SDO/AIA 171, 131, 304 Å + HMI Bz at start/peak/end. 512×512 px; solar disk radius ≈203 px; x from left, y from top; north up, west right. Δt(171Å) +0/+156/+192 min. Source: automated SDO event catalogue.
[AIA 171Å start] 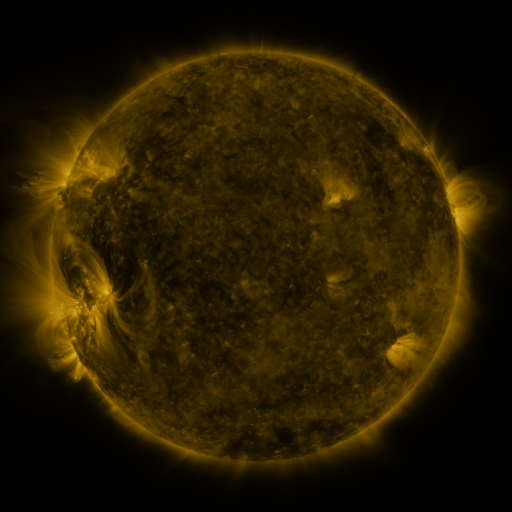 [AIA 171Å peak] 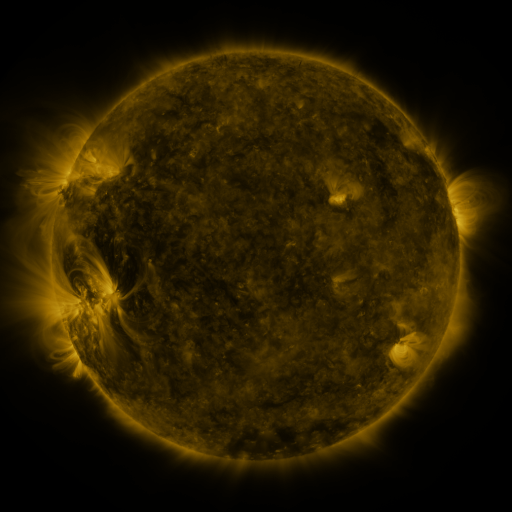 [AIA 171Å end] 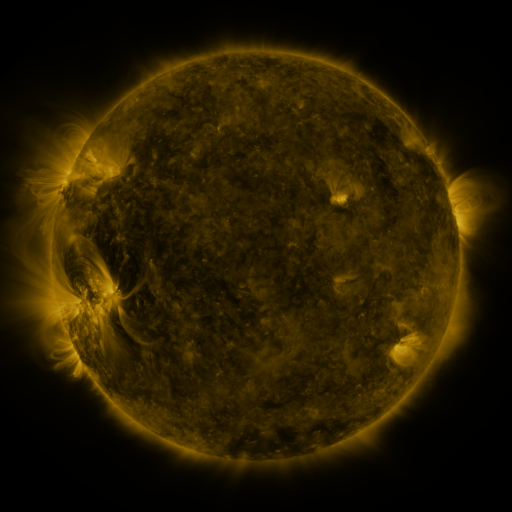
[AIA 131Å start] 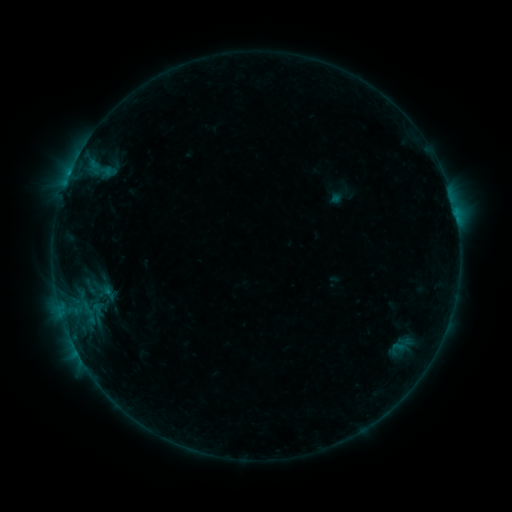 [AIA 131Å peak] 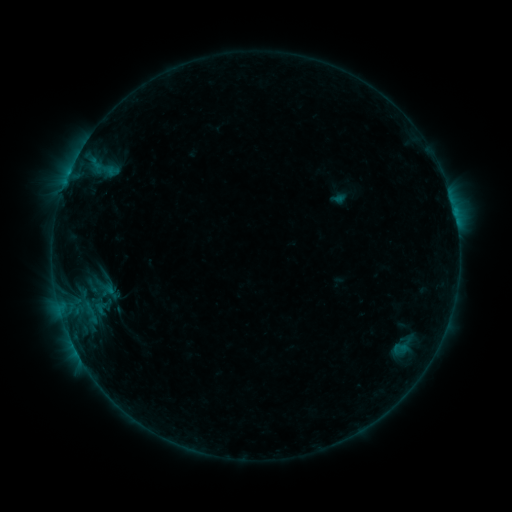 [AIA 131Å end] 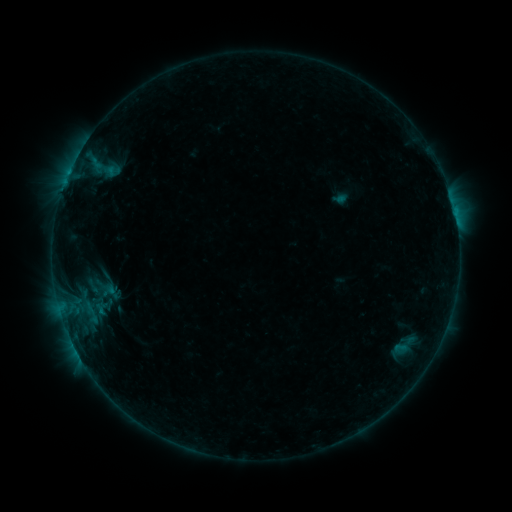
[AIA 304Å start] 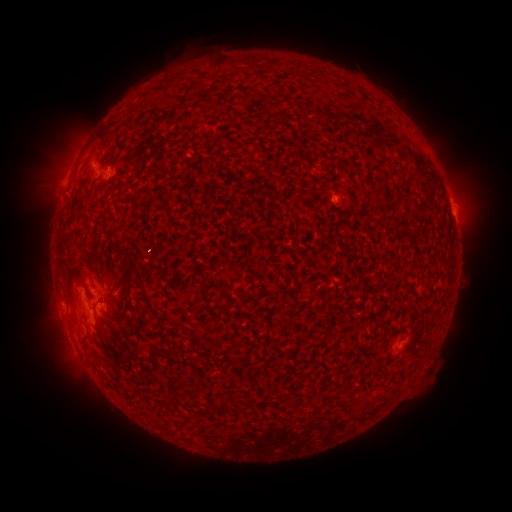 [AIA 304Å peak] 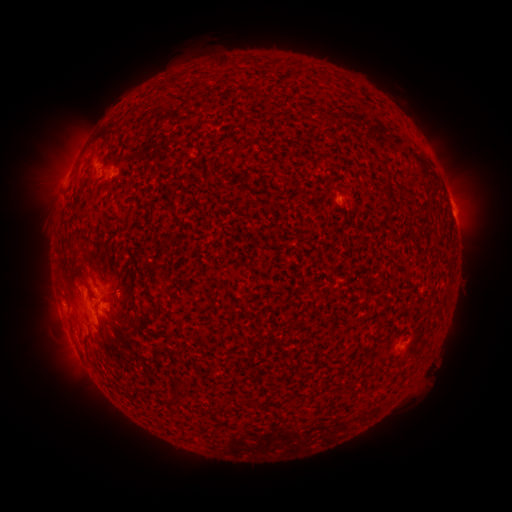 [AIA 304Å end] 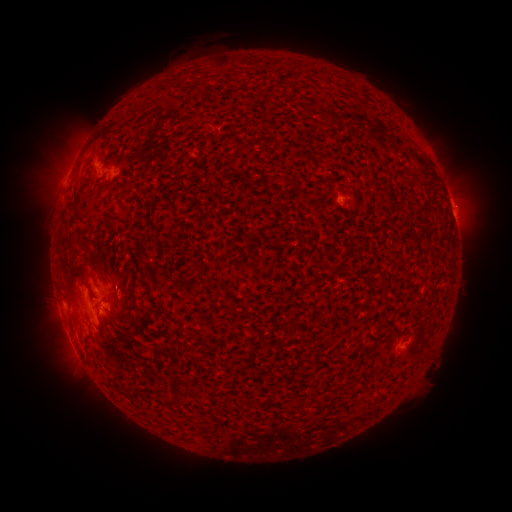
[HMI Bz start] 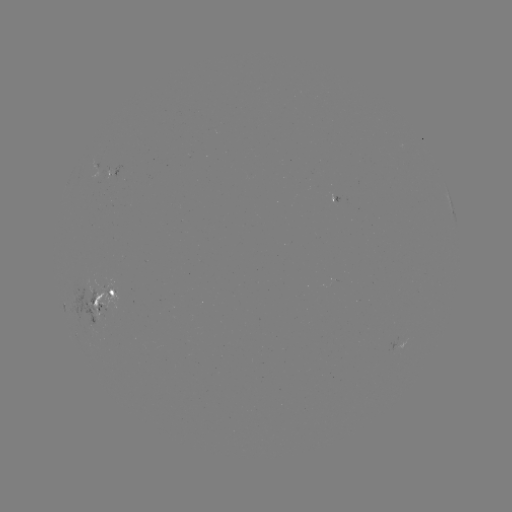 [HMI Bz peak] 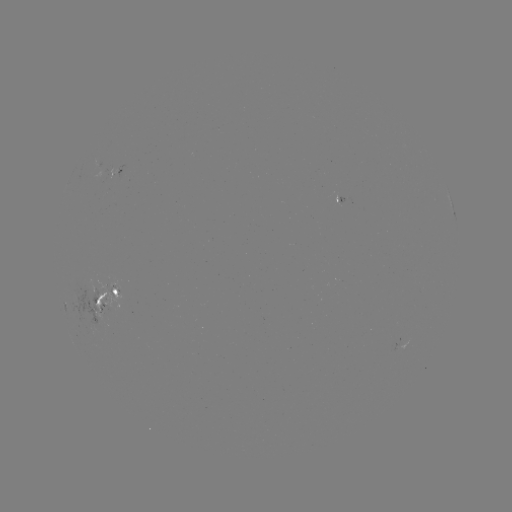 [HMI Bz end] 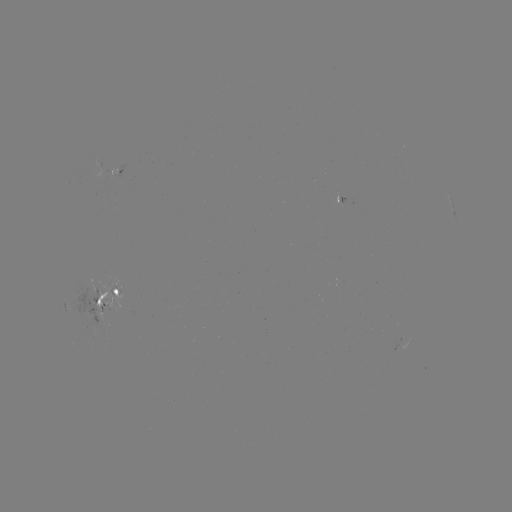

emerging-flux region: <bbox>333, 193, 344, 205</bbox>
